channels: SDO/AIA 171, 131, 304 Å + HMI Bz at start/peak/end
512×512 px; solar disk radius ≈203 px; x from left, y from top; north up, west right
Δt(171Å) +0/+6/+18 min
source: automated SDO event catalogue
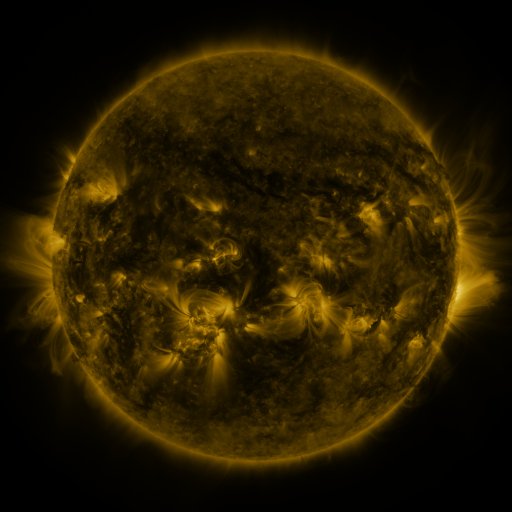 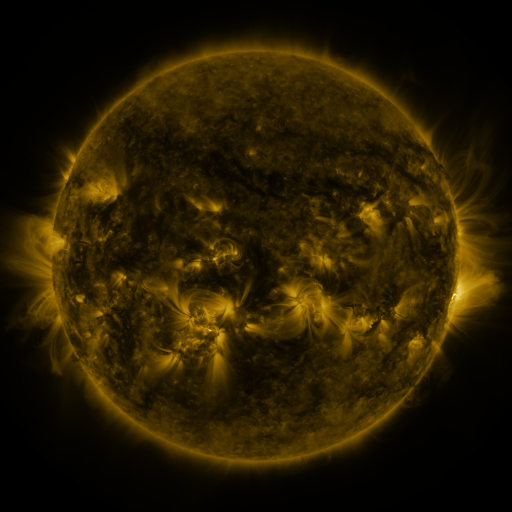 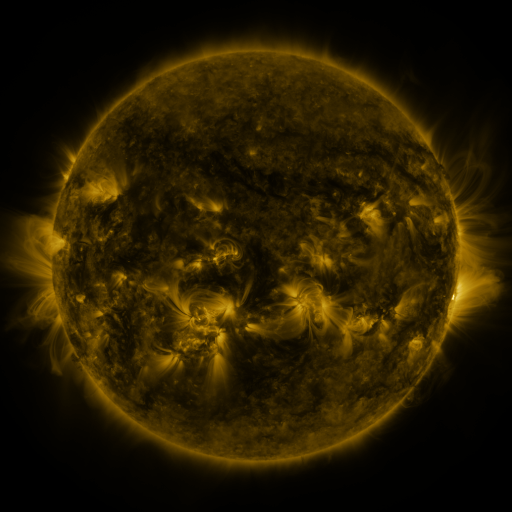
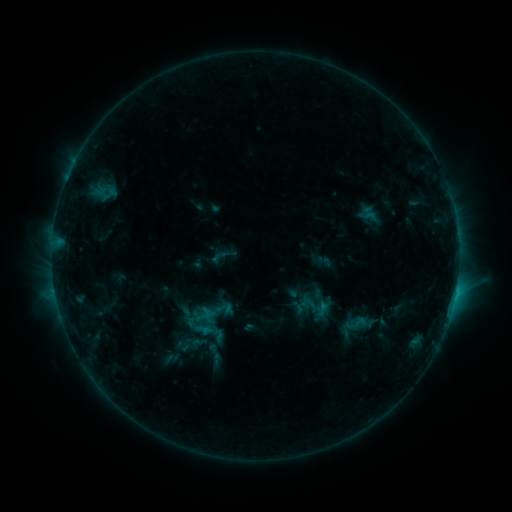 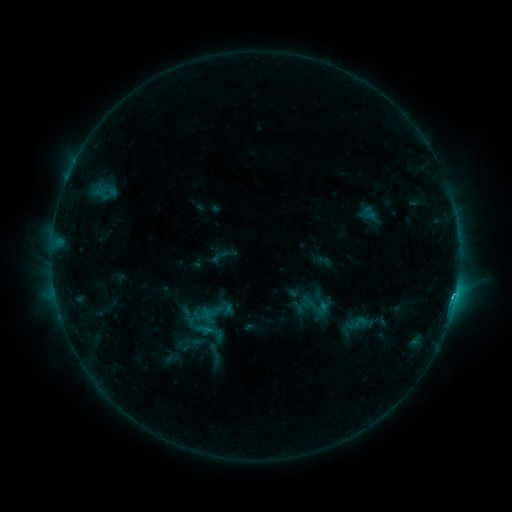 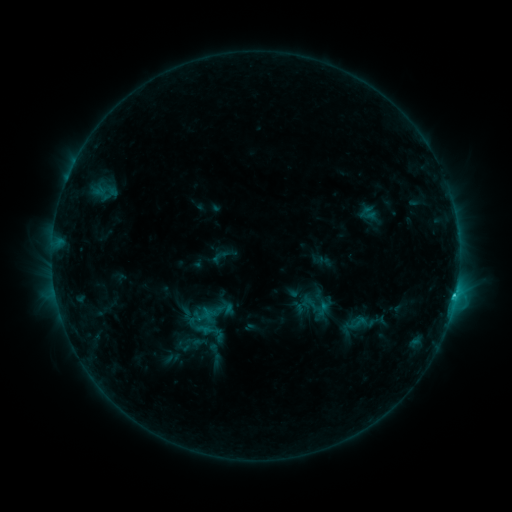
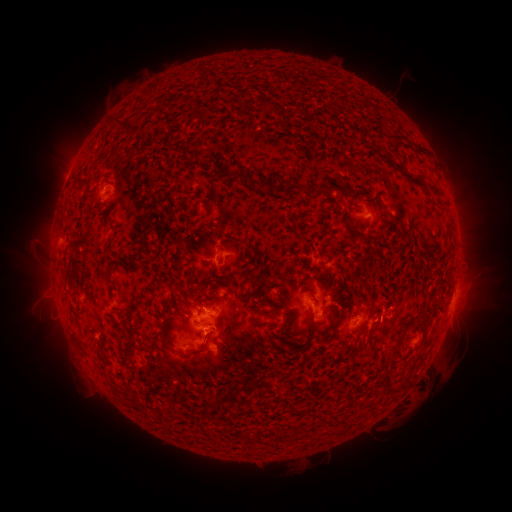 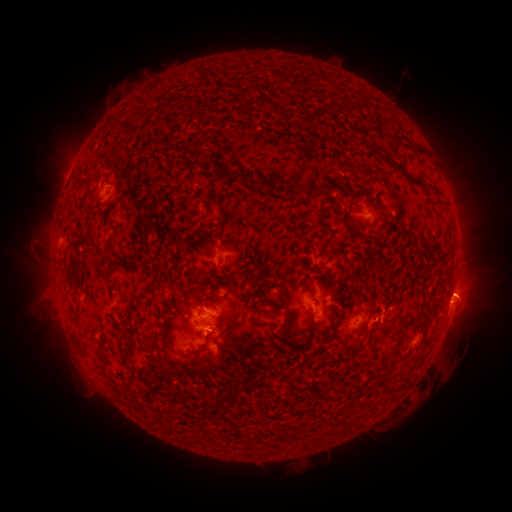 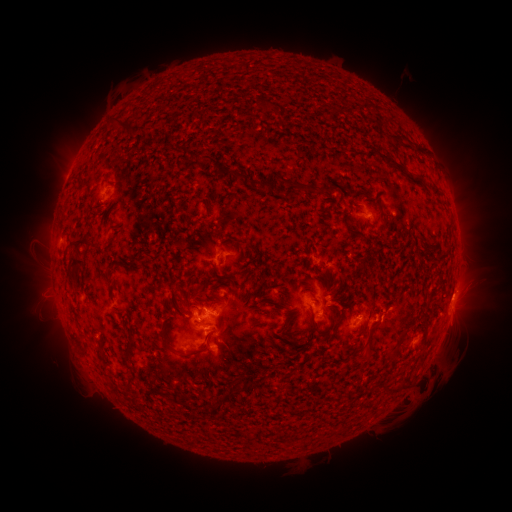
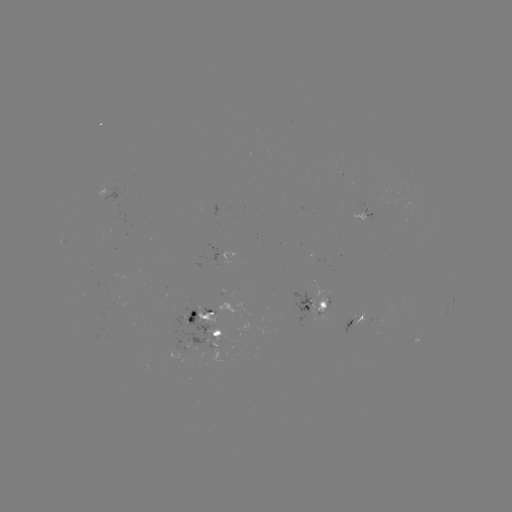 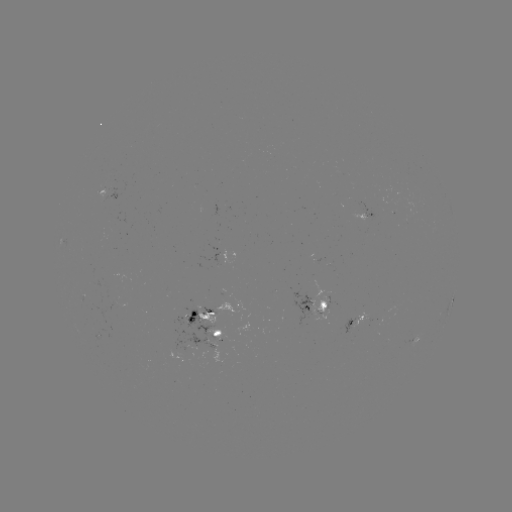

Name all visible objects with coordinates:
eruption: (469, 290)
